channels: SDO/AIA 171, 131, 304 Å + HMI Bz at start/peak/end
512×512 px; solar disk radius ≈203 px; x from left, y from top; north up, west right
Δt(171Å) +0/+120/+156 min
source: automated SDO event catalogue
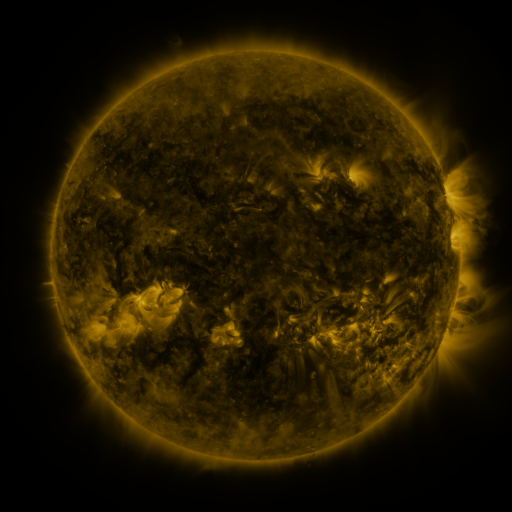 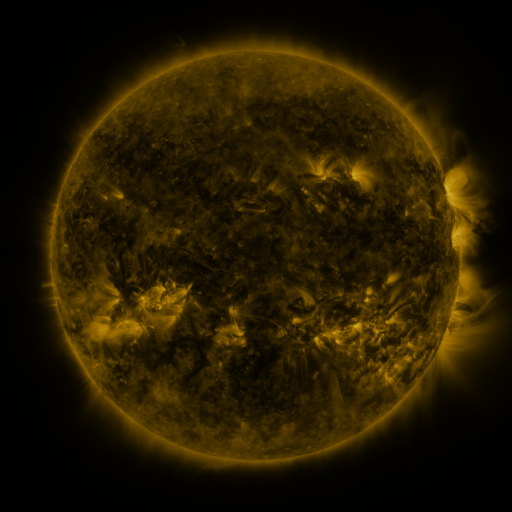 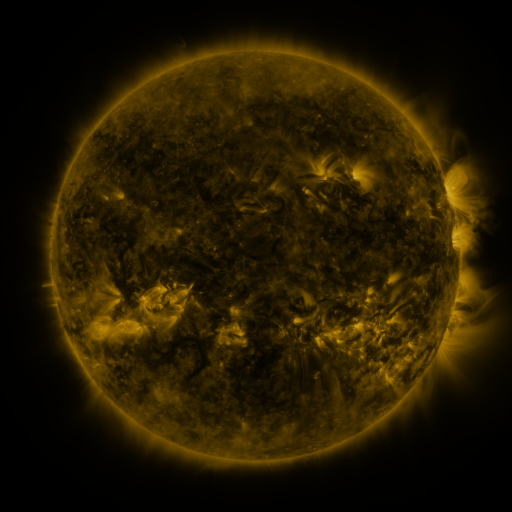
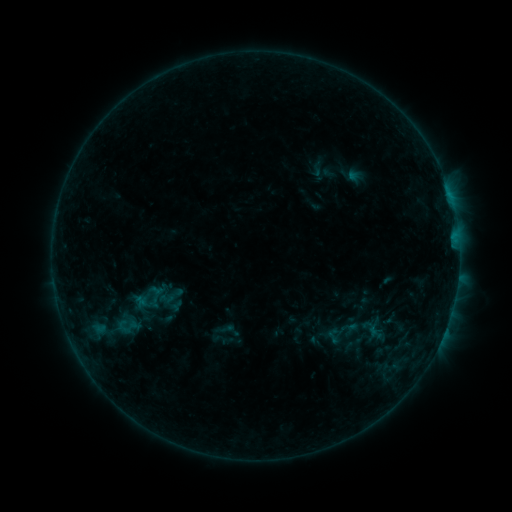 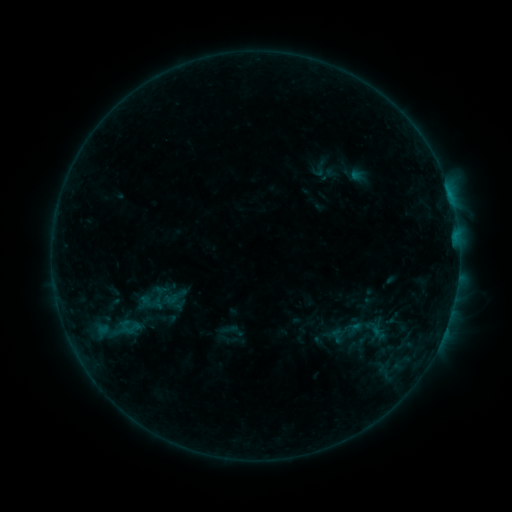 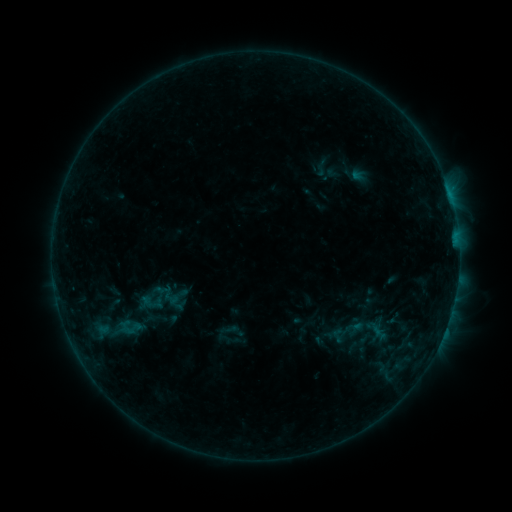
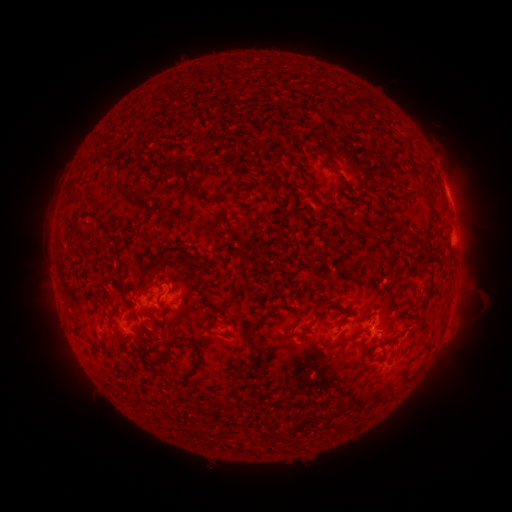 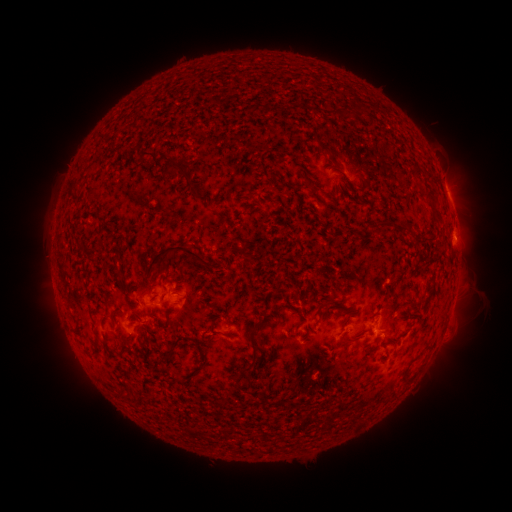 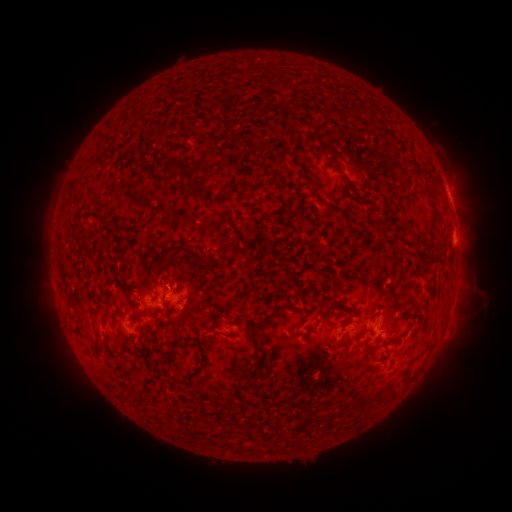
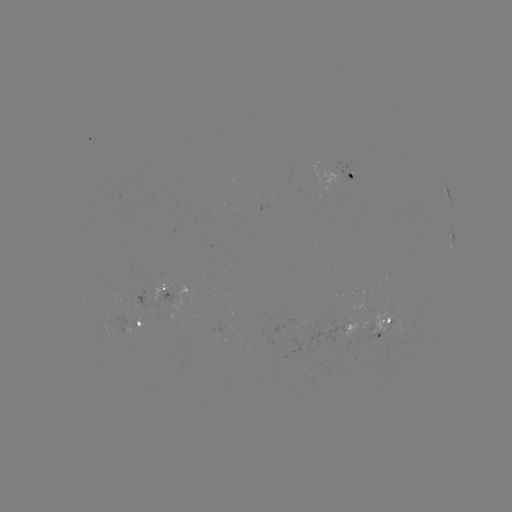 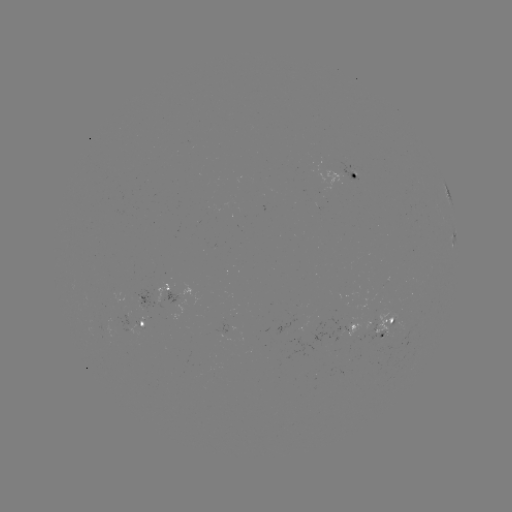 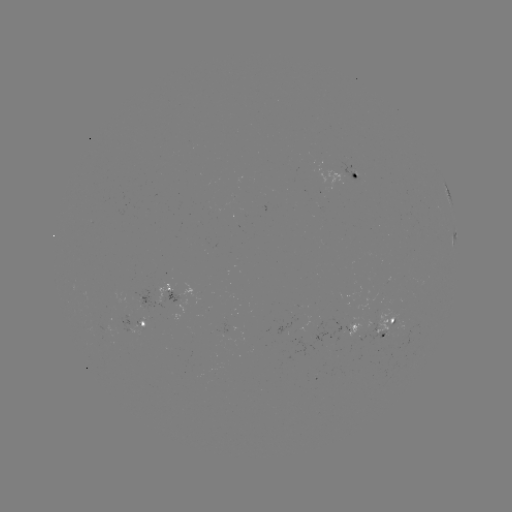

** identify emerging-flux region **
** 139,326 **